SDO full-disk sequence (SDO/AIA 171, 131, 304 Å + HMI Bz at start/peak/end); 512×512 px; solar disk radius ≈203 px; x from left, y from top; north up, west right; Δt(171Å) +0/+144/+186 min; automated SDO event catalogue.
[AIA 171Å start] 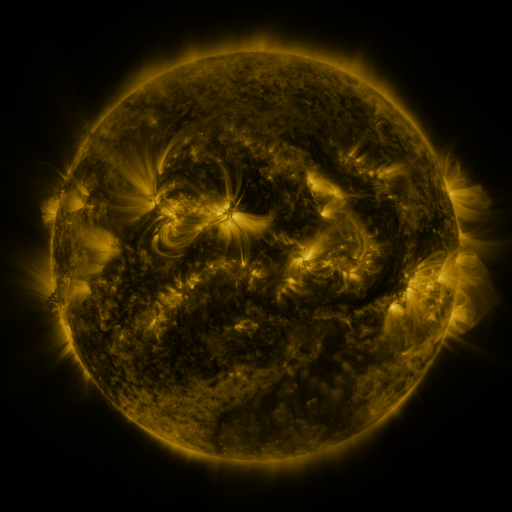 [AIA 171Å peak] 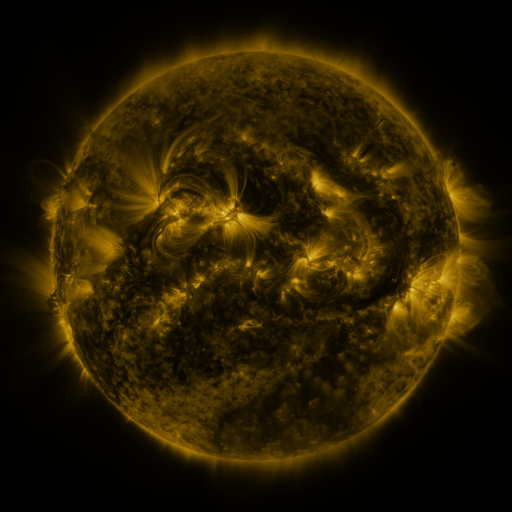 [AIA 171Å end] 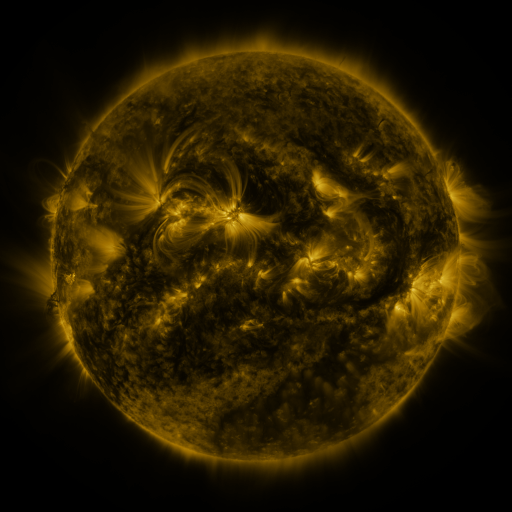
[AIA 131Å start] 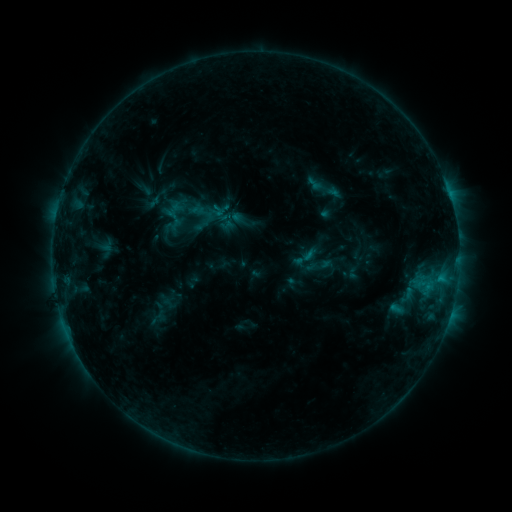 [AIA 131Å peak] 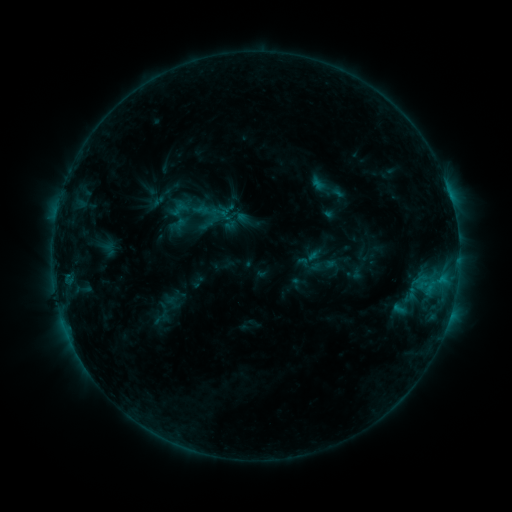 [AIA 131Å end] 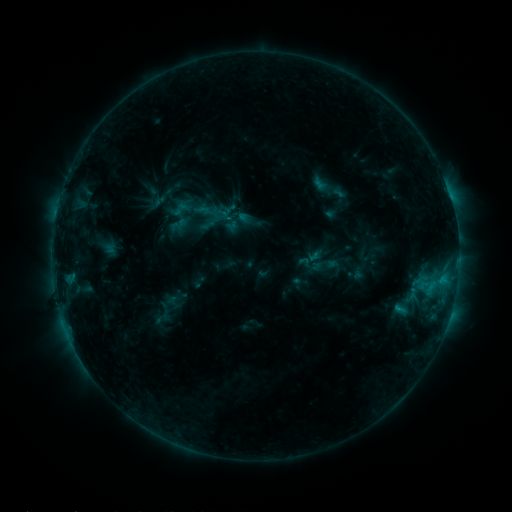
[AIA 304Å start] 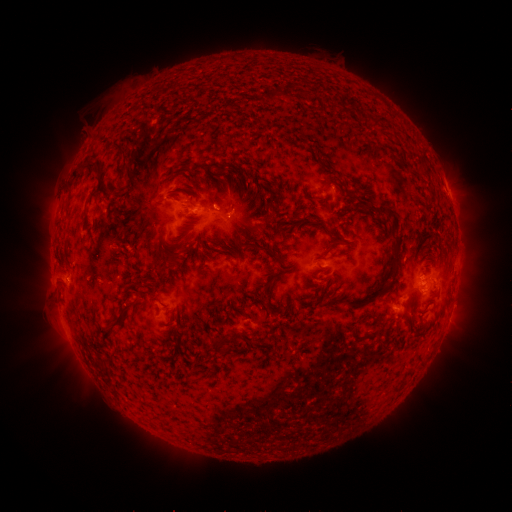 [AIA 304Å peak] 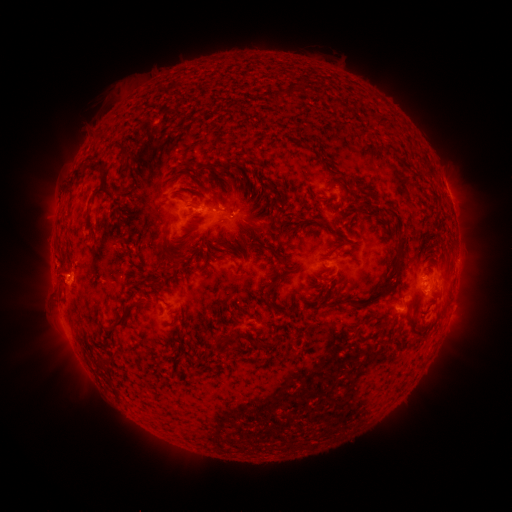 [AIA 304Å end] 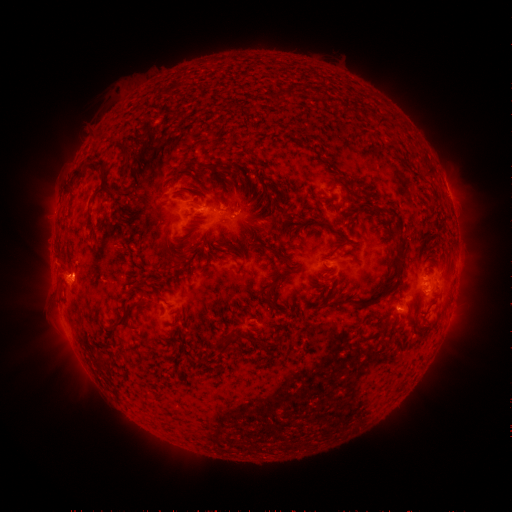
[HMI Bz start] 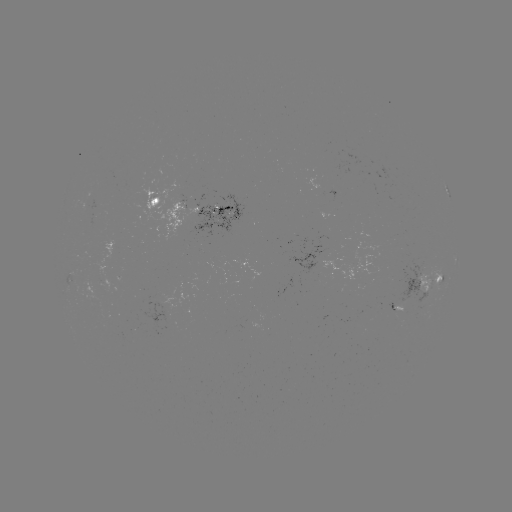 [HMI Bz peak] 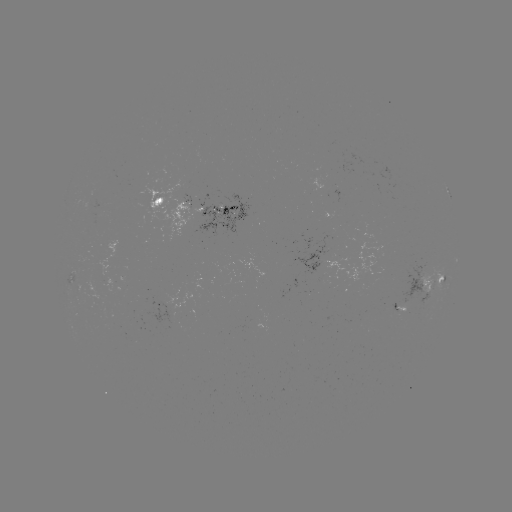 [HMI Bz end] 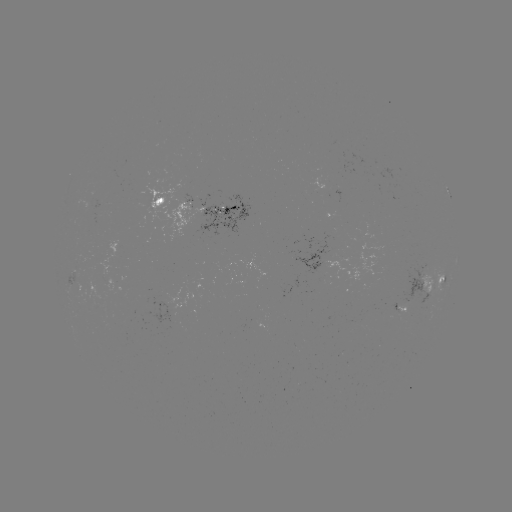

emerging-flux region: (332, 187, 339, 202)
